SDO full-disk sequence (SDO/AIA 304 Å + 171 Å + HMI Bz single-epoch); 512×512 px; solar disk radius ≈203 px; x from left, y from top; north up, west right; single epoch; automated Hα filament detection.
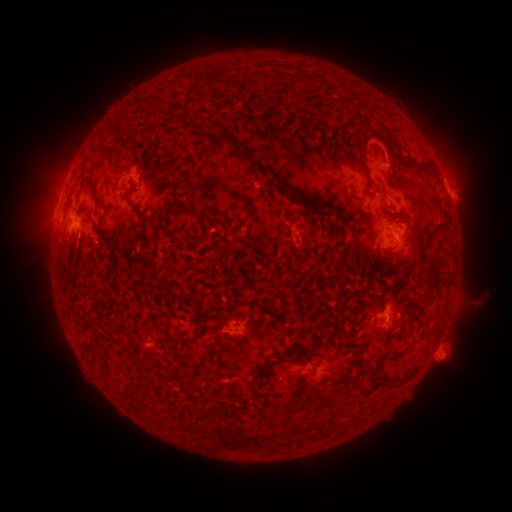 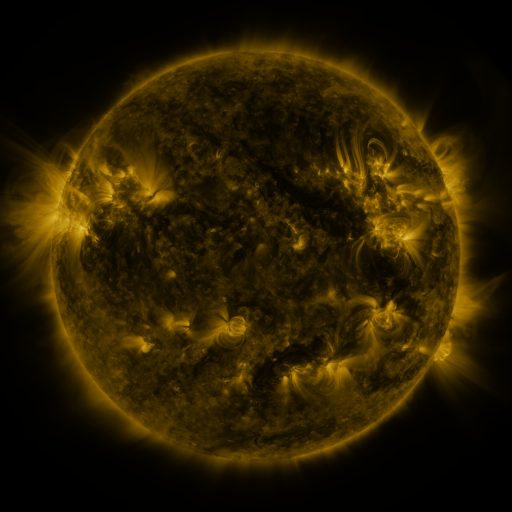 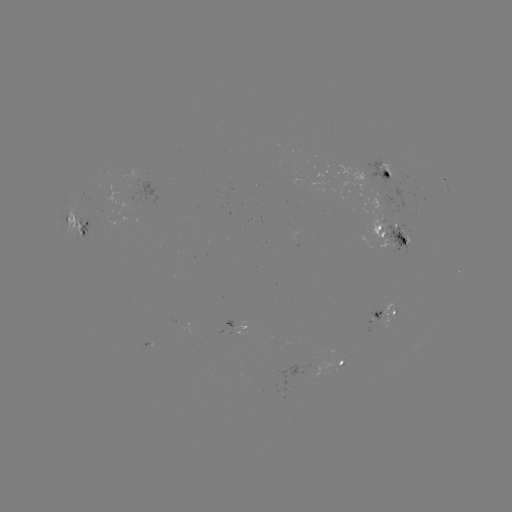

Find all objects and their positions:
filament: (272, 73, 281, 83)
filament: (239, 153, 265, 174)
filament: (415, 161, 433, 171)
filament: (89, 180, 104, 207)
filament: (276, 185, 288, 193)
filament: (309, 208, 330, 220)
filament: (341, 219, 352, 233)
filament: (399, 235, 407, 247)
filament: (332, 257, 341, 265)
filament: (415, 265, 442, 301)
filament: (276, 345, 294, 358)
filament: (170, 369, 181, 379)
filament: (395, 374, 411, 386)
filament: (249, 433, 259, 448)
